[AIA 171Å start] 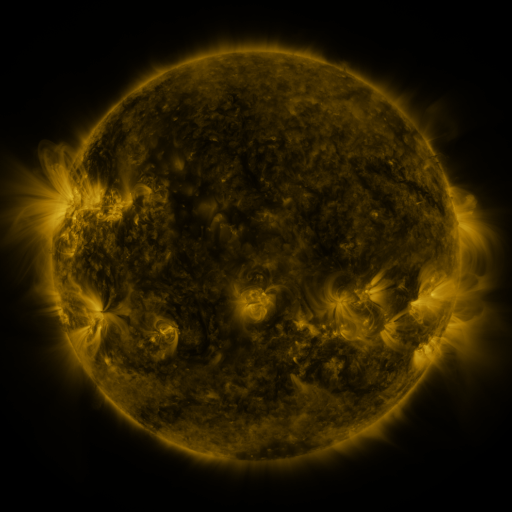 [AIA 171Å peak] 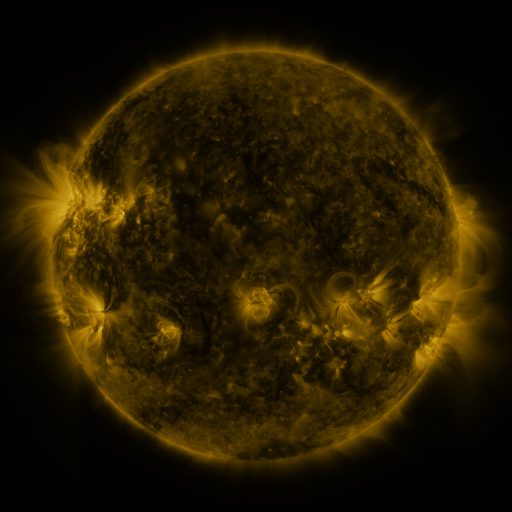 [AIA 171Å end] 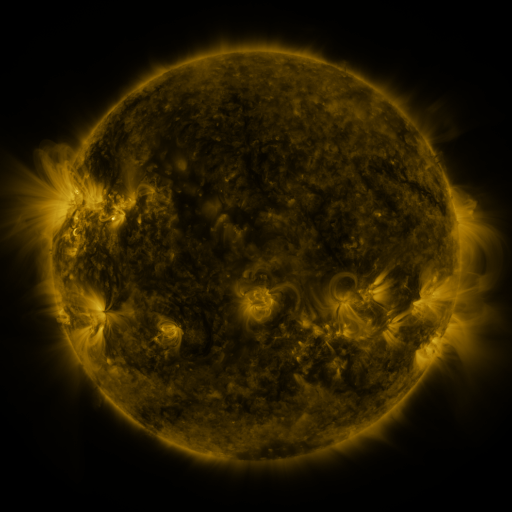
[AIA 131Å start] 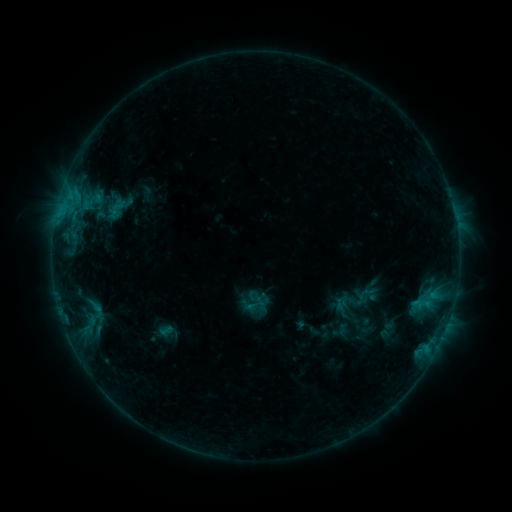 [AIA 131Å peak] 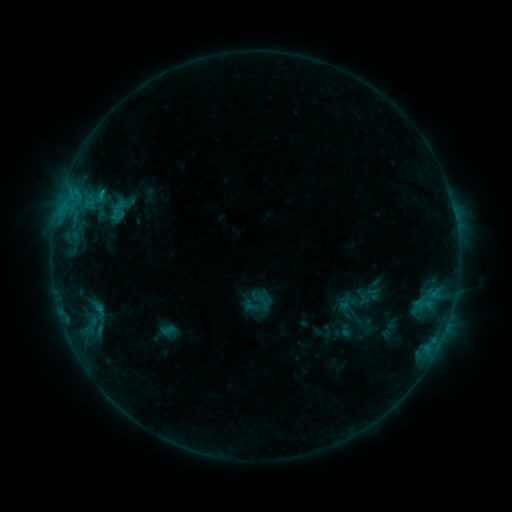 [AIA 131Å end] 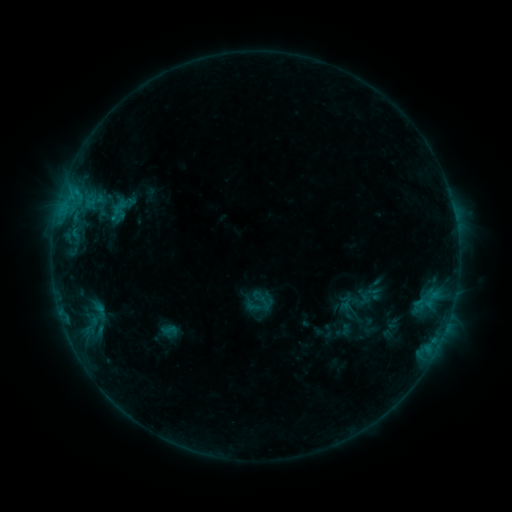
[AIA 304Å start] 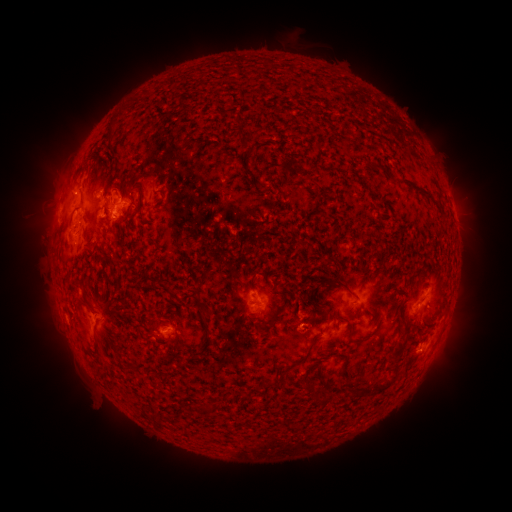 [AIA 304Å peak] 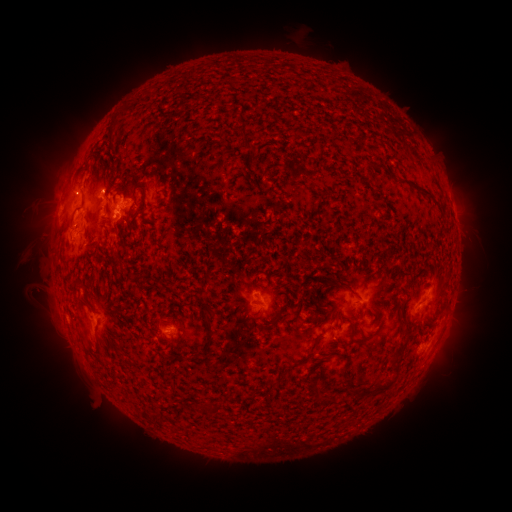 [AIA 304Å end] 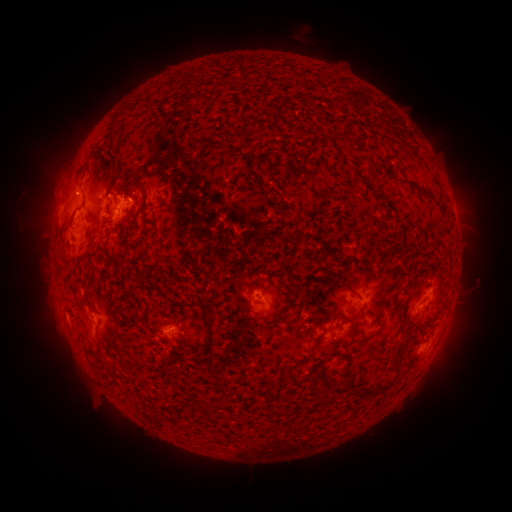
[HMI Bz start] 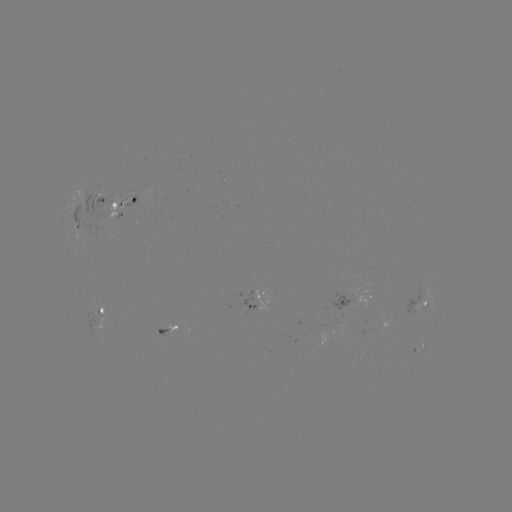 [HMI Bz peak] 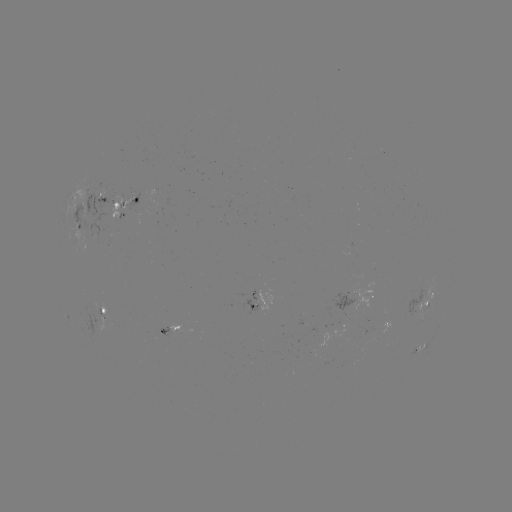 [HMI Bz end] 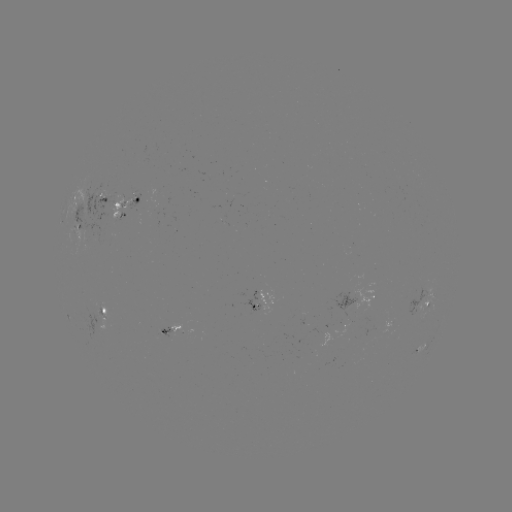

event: emerging-flux region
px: (95, 311)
